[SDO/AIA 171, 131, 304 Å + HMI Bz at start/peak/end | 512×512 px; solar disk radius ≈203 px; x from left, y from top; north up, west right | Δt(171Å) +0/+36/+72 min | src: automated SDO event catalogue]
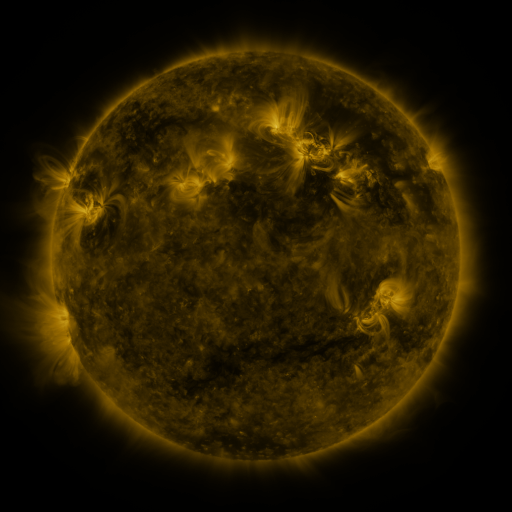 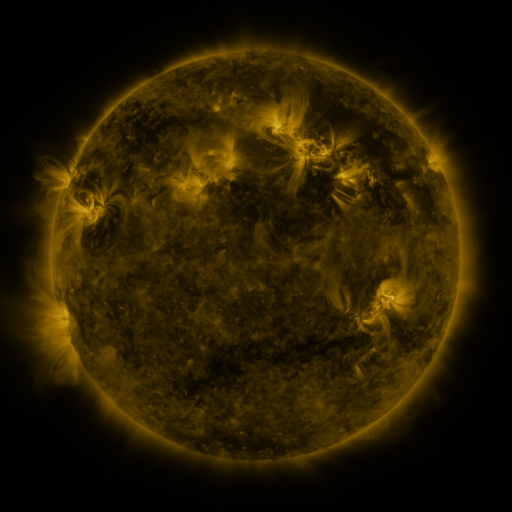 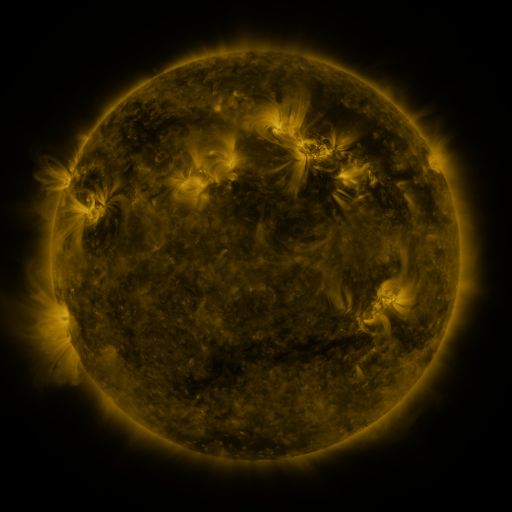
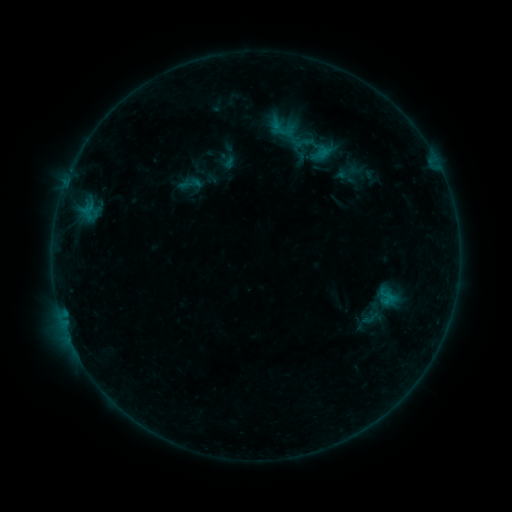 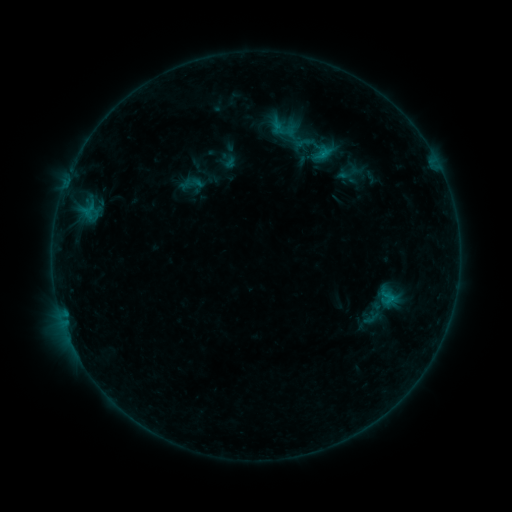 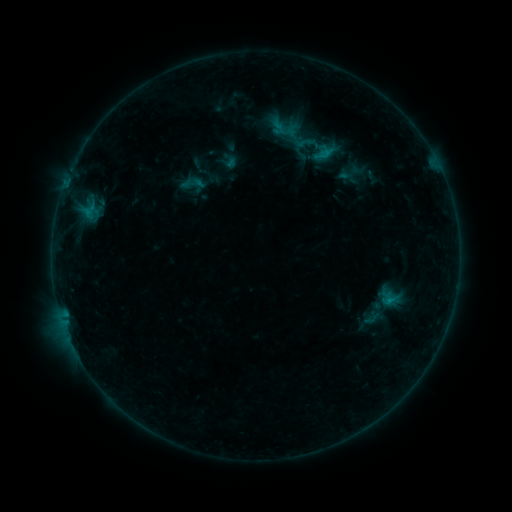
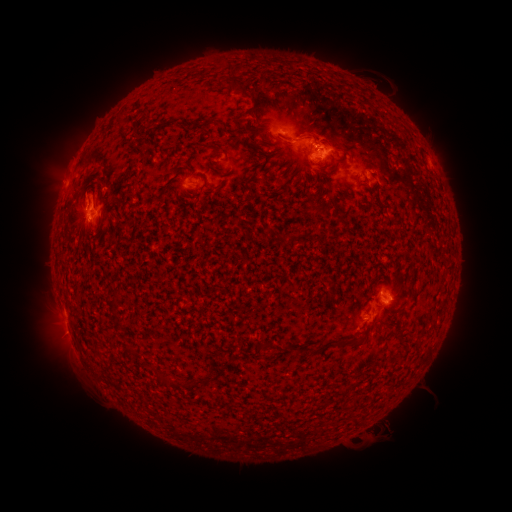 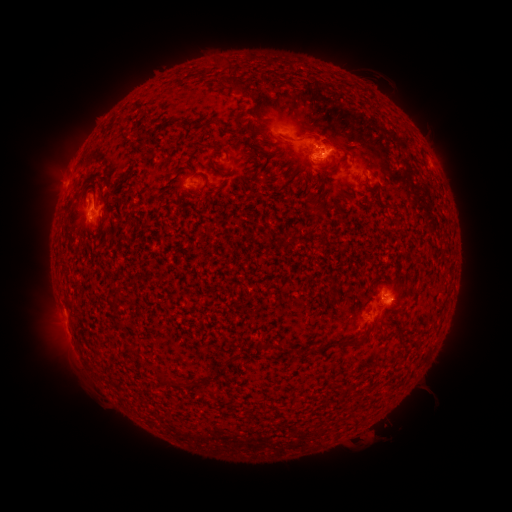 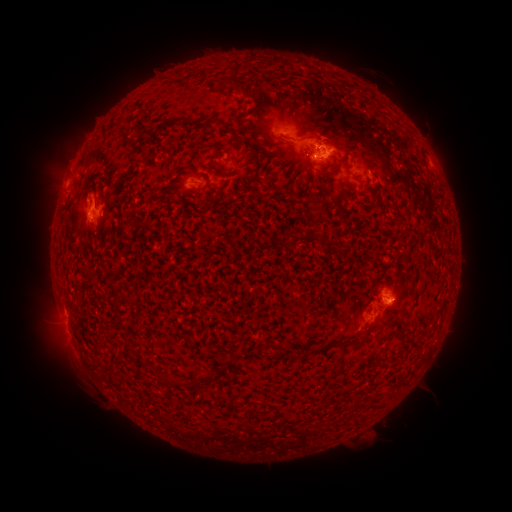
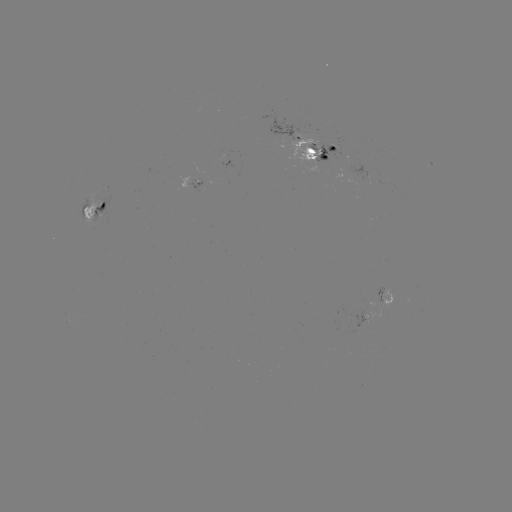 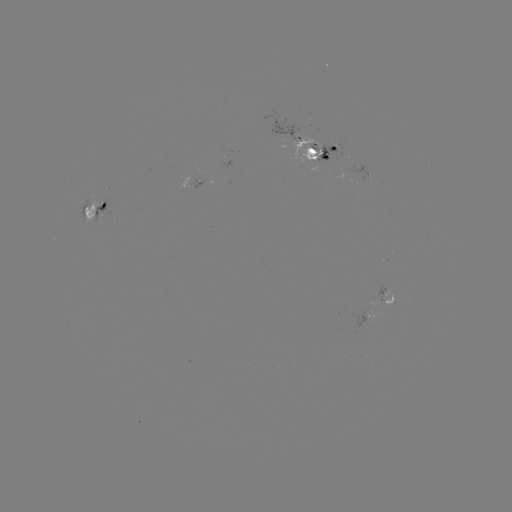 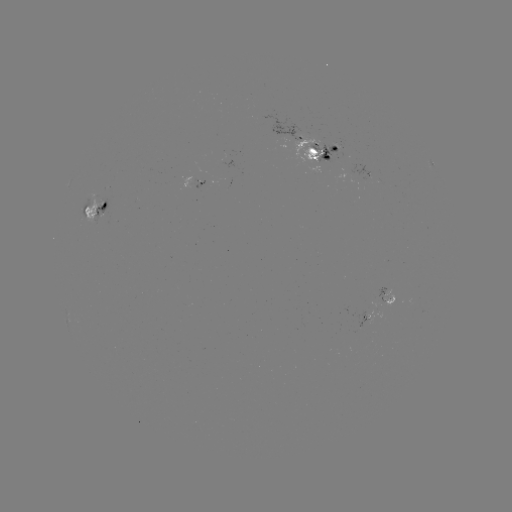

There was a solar emerging-flux region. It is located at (315, 148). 